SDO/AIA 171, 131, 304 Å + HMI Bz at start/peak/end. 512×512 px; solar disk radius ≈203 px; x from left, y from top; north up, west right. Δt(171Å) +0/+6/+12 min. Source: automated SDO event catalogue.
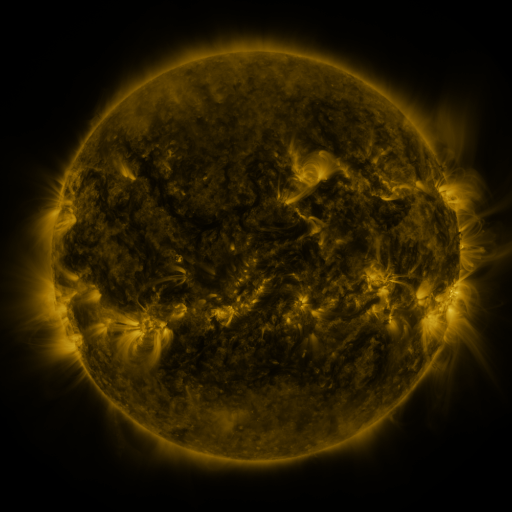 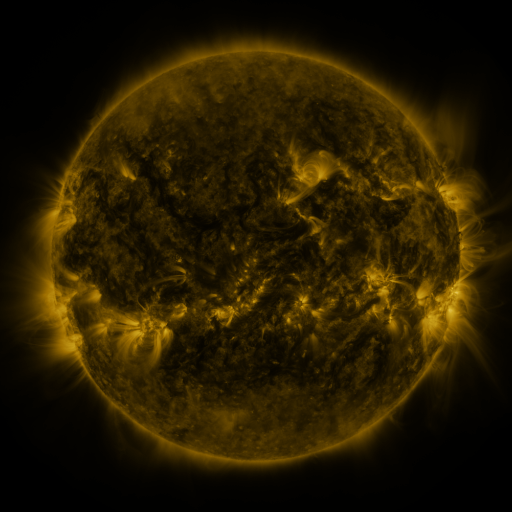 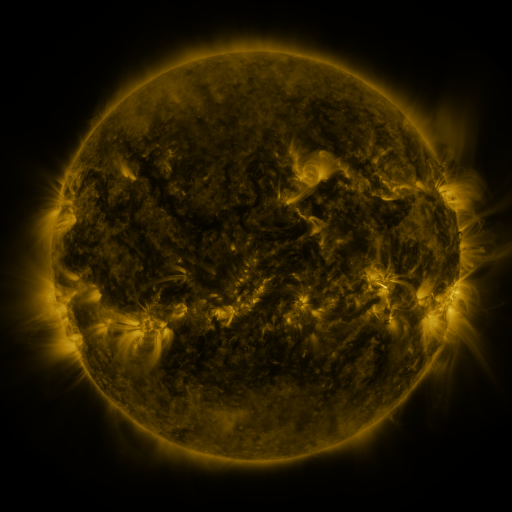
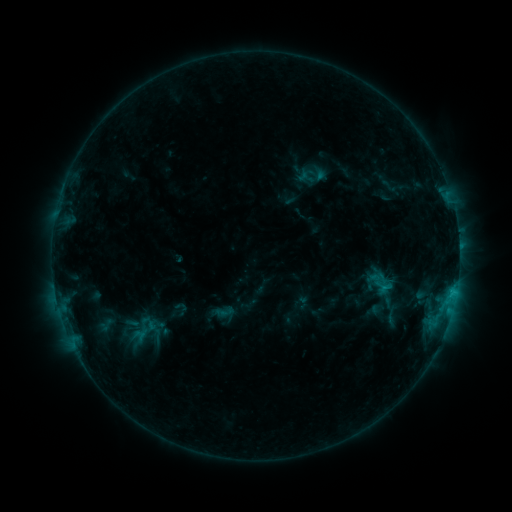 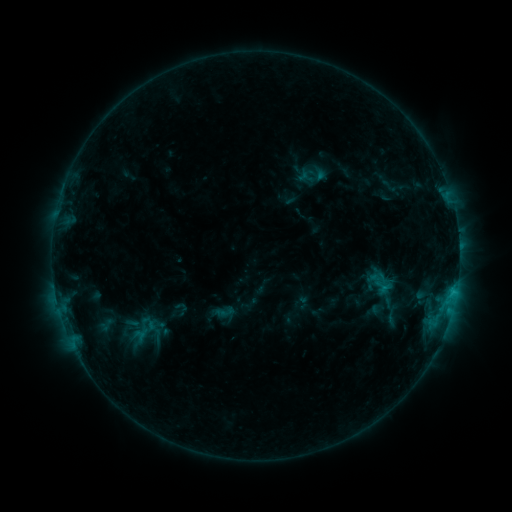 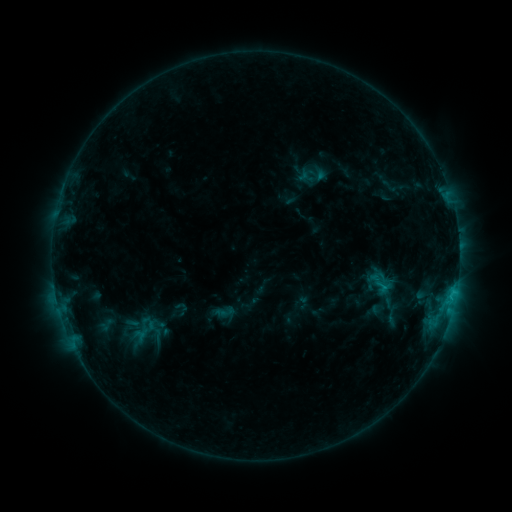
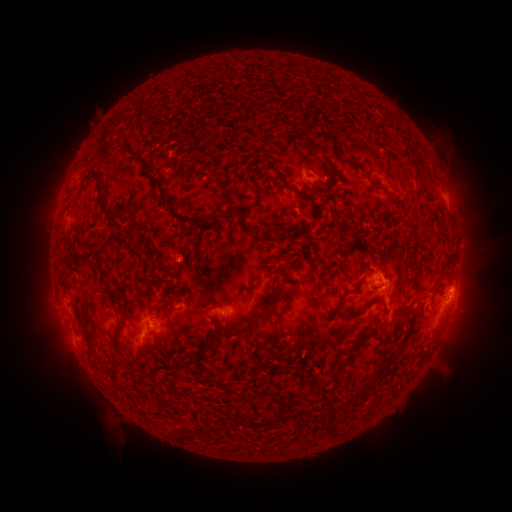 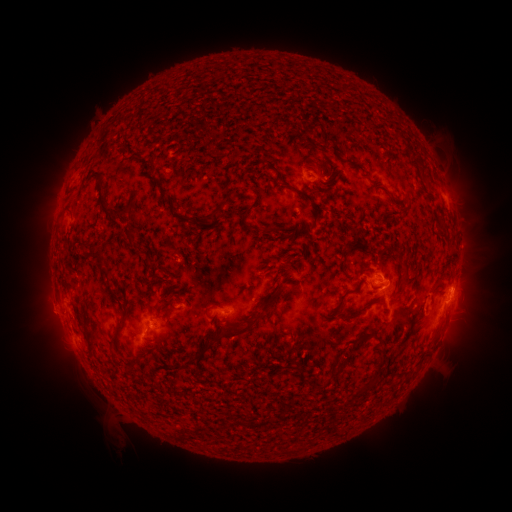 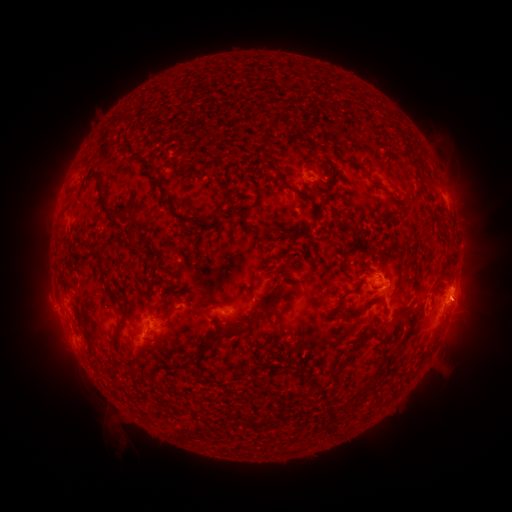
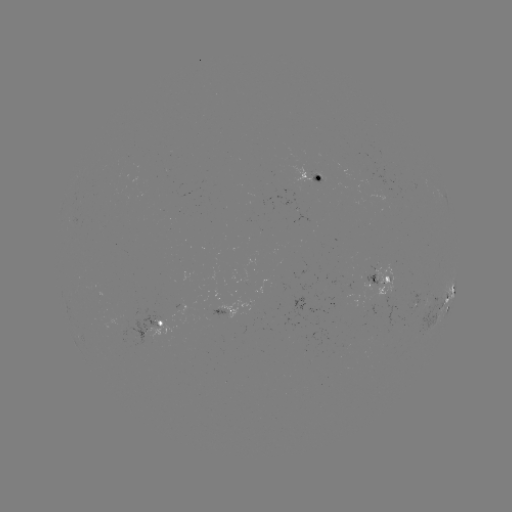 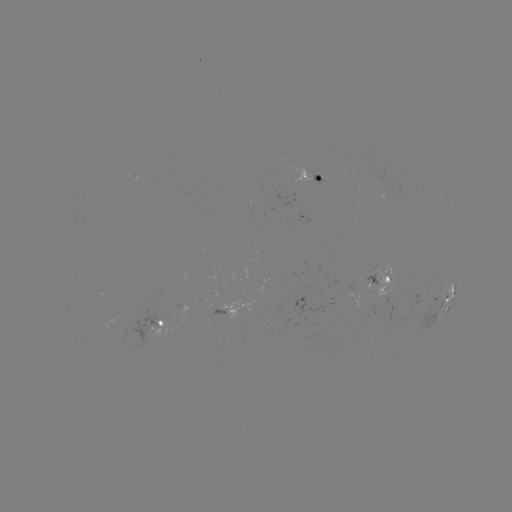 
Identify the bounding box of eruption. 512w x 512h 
[25, 288, 72, 334].